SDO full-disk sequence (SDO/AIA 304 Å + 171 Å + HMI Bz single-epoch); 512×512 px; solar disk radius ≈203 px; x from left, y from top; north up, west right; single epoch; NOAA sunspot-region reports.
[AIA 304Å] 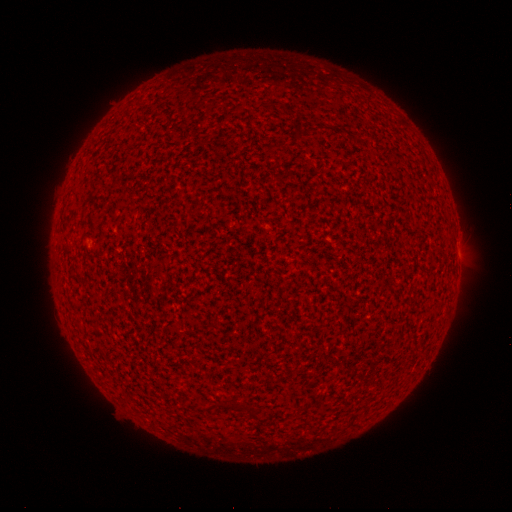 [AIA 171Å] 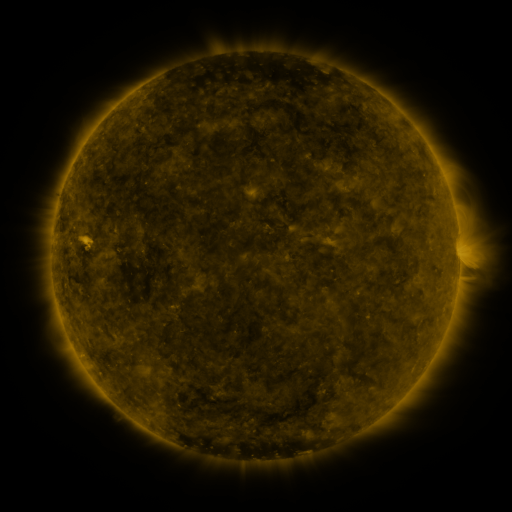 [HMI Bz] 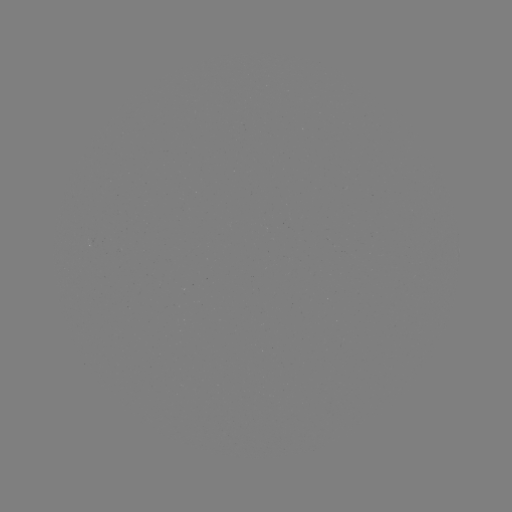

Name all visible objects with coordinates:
(none)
